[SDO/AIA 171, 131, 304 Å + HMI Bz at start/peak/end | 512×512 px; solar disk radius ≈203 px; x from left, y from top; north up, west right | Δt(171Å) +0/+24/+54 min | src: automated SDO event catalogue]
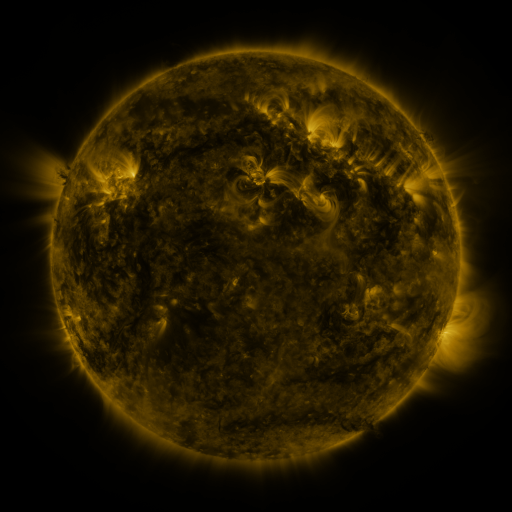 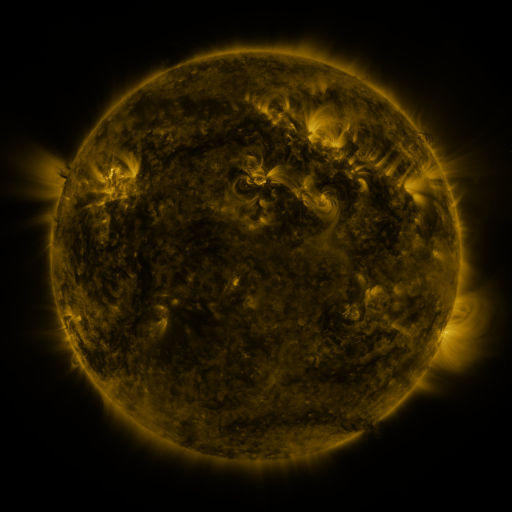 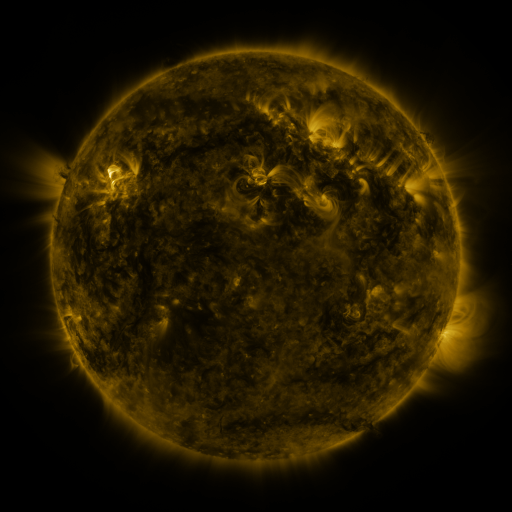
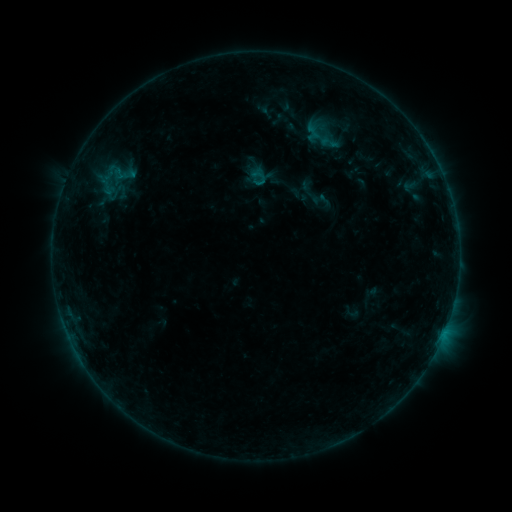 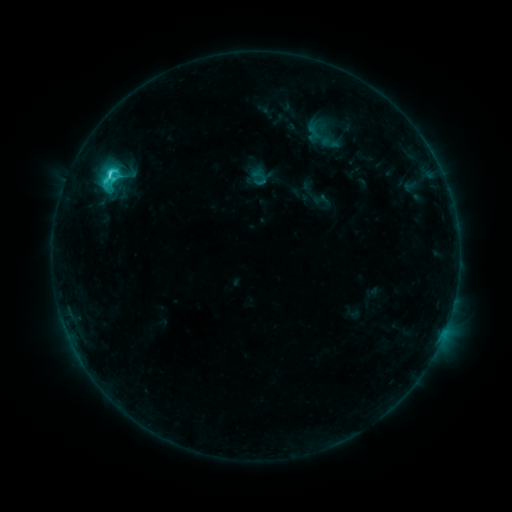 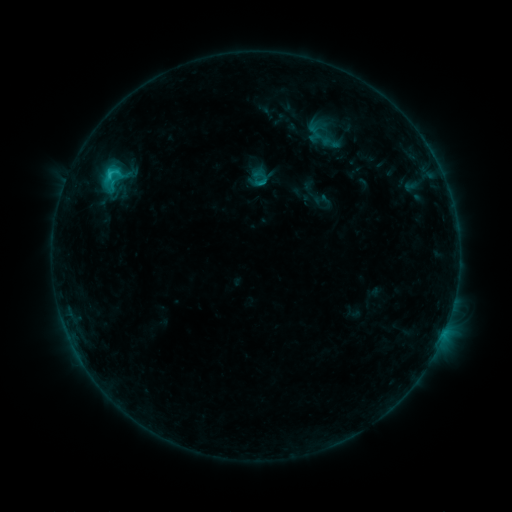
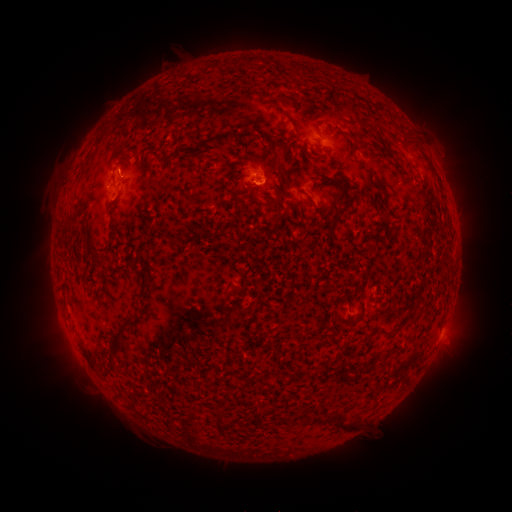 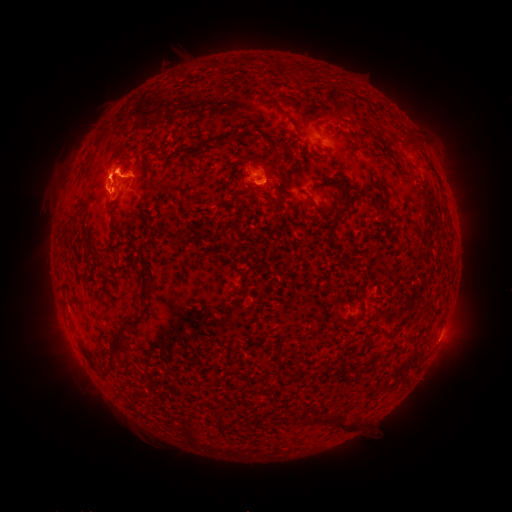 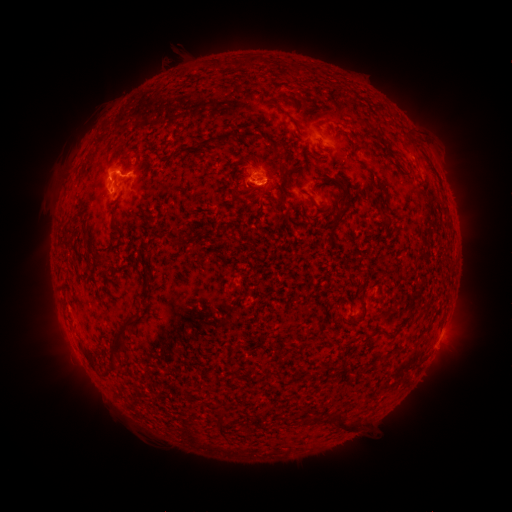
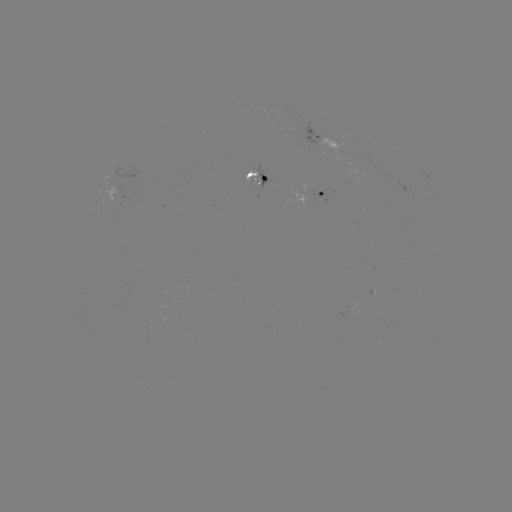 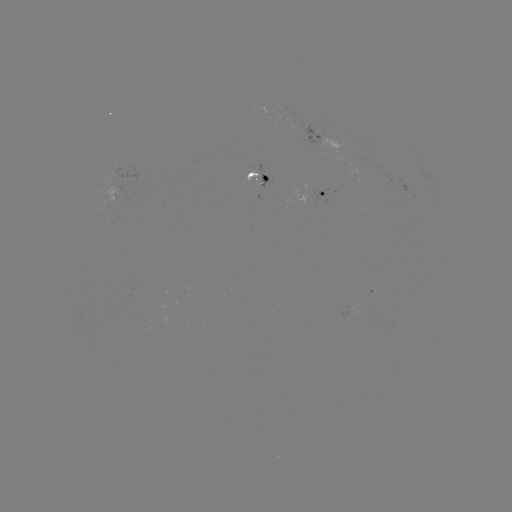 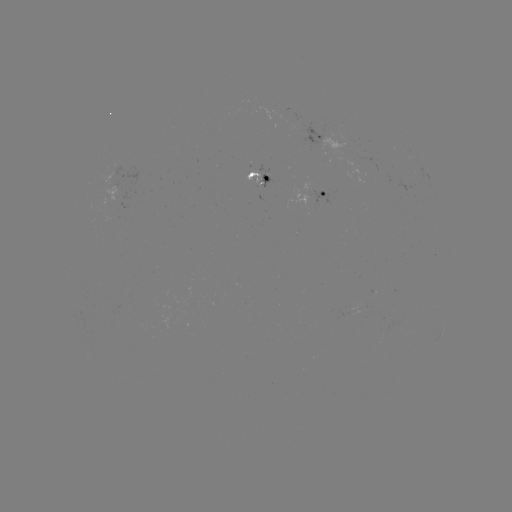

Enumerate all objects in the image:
C4.1 flare: (110, 174)
